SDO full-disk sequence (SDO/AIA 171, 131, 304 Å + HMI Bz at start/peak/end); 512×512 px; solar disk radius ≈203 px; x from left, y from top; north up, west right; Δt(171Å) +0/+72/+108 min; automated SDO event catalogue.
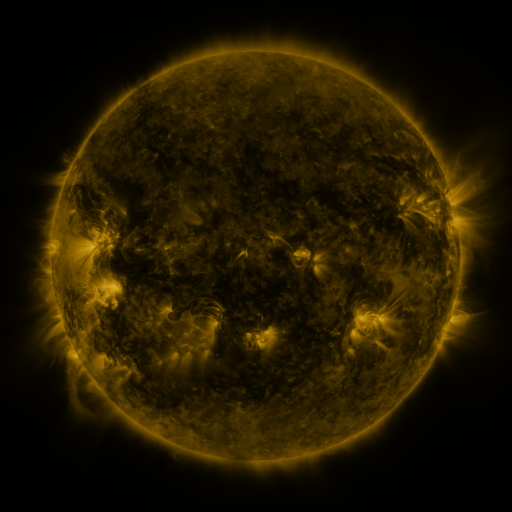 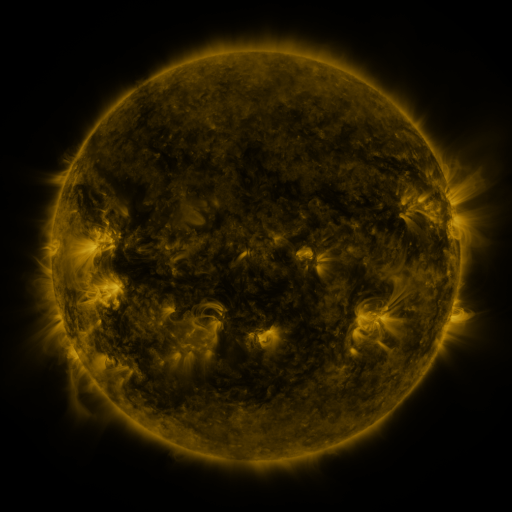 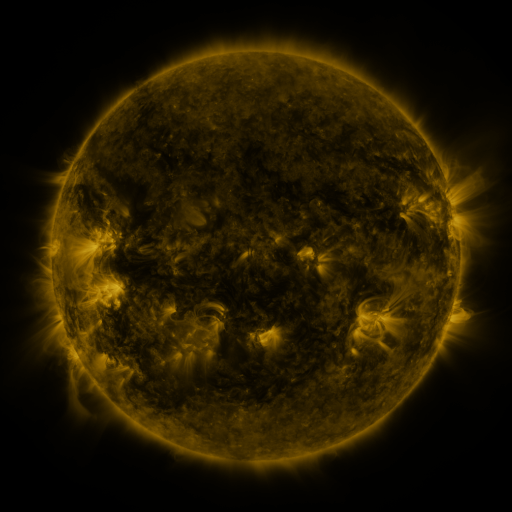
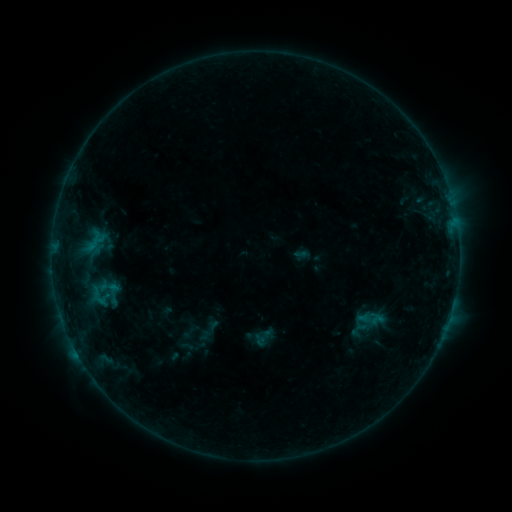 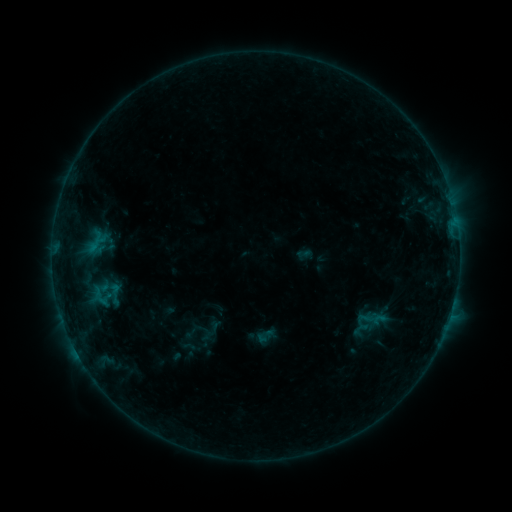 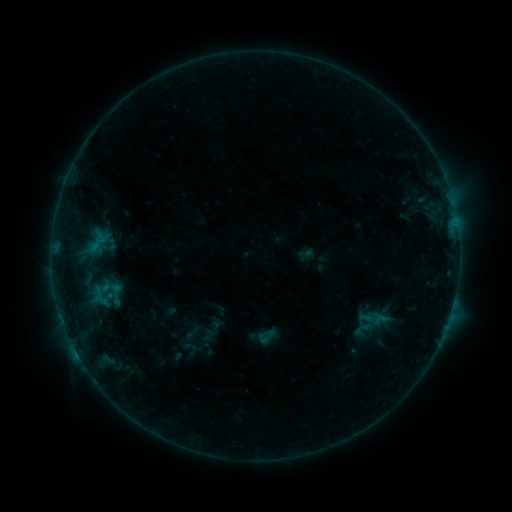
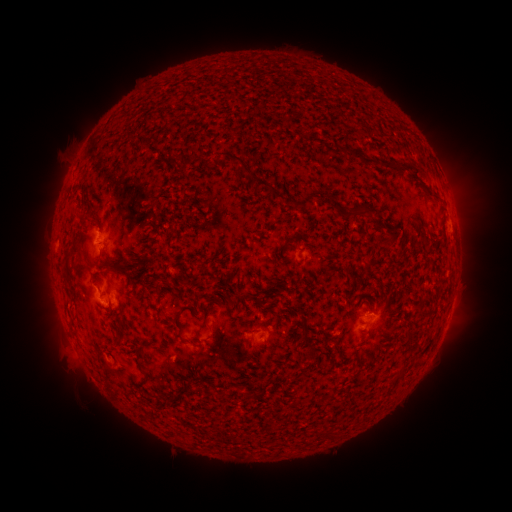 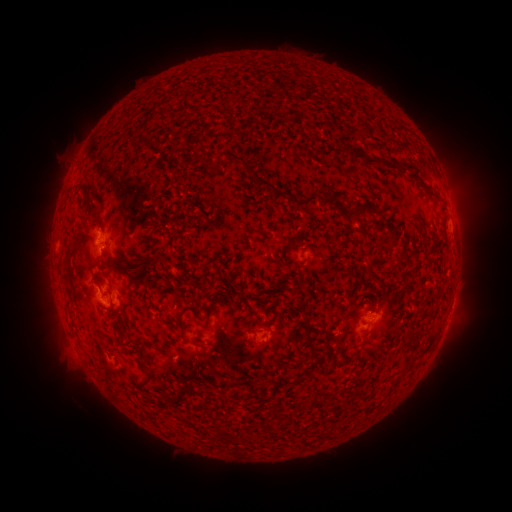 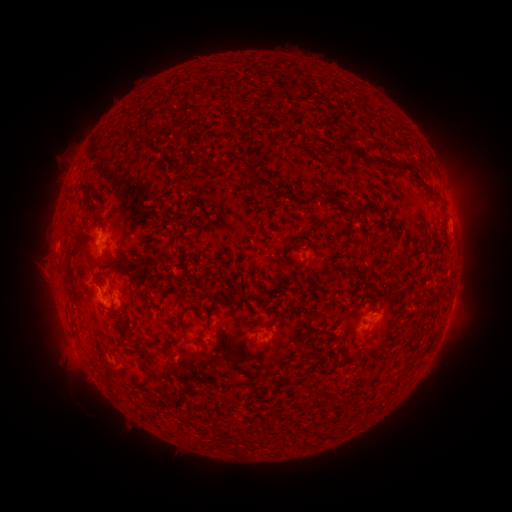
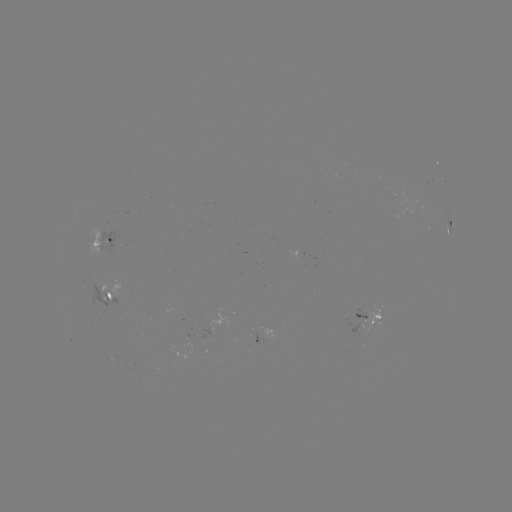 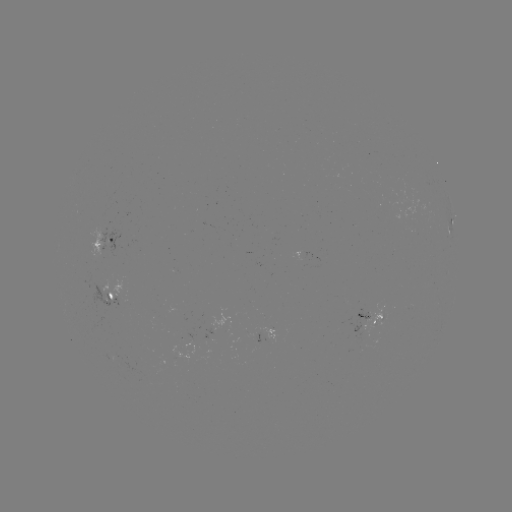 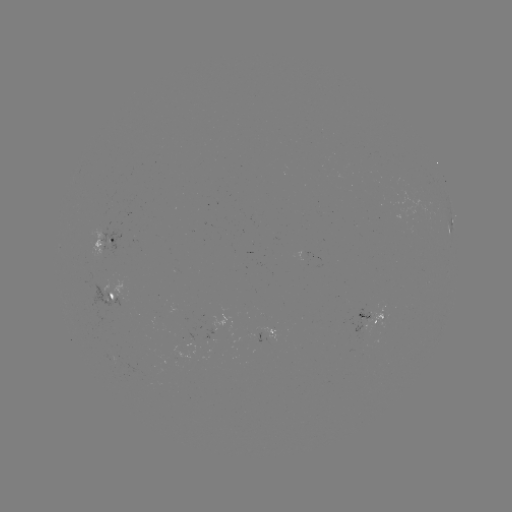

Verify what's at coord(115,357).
emerging-flux region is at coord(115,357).